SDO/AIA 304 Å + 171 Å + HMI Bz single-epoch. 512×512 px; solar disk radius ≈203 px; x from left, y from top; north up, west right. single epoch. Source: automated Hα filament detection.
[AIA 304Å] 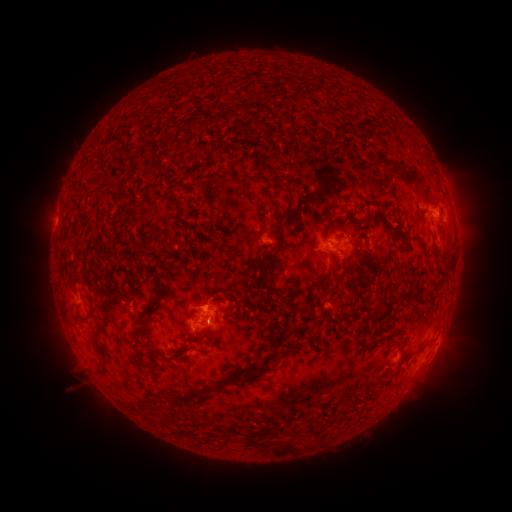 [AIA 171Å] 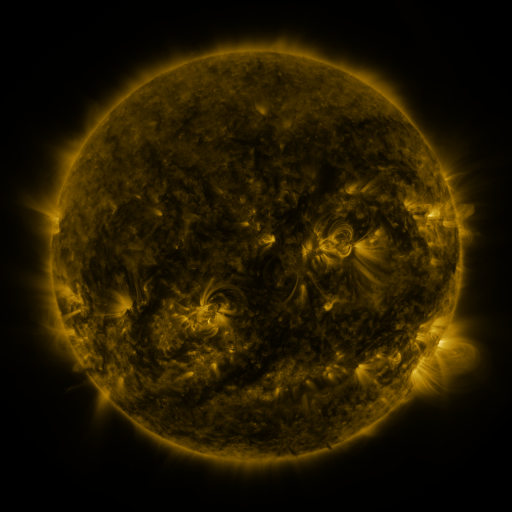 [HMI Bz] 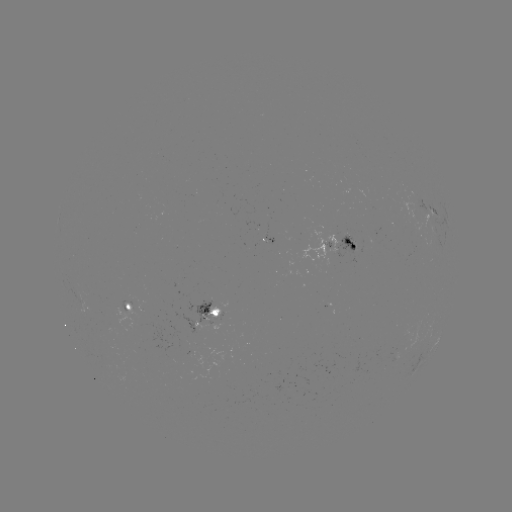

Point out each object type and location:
filament: <bbox>246, 153, 277, 175</bbox>
filament: <bbox>392, 163, 402, 171</bbox>
filament: <bbox>403, 168, 424, 188</bbox>
filament: <bbox>167, 182, 187, 202</bbox>
filament: <bbox>275, 183, 294, 236</bbox>
filament: <bbox>261, 263, 268, 281</bbox>
filament: <bbox>328, 273, 343, 292</bbox>
filament: <bbox>375, 306, 385, 316</bbox>
filament: <bbox>92, 324, 105, 355</bbox>
filament: <bbox>132, 328, 141, 350</bbox>
filament: <bbox>388, 331, 403, 340</bbox>
filament: <bbox>183, 335, 201, 343</bbox>
filament: <bbox>369, 336, 377, 347</bbox>
filament: <bbox>168, 354, 182, 360</bbox>
filament: <bbox>174, 363, 262, 401</bbox>
filament: <bbox>245, 435, 257, 446</bbox>
